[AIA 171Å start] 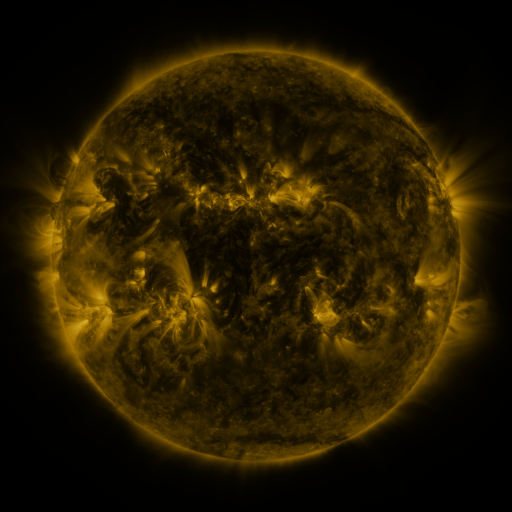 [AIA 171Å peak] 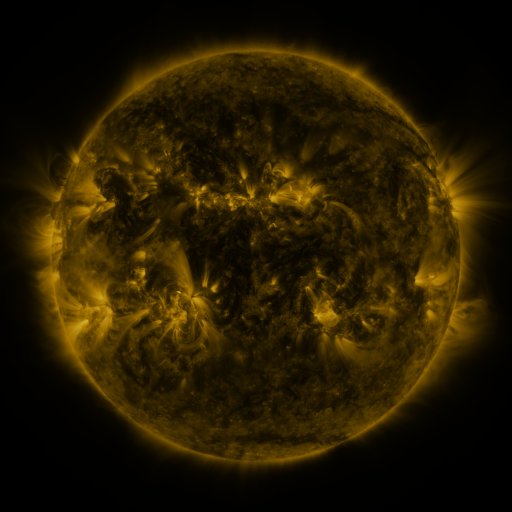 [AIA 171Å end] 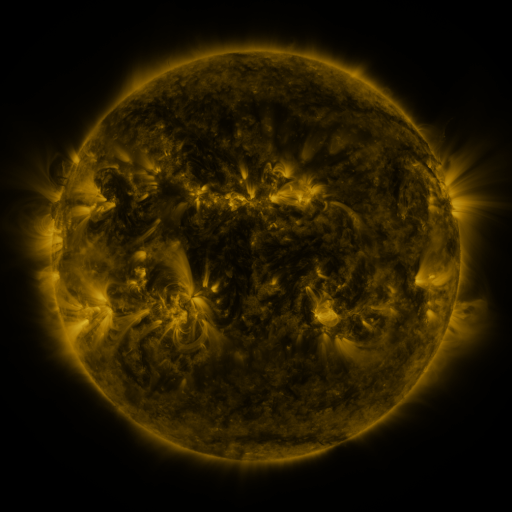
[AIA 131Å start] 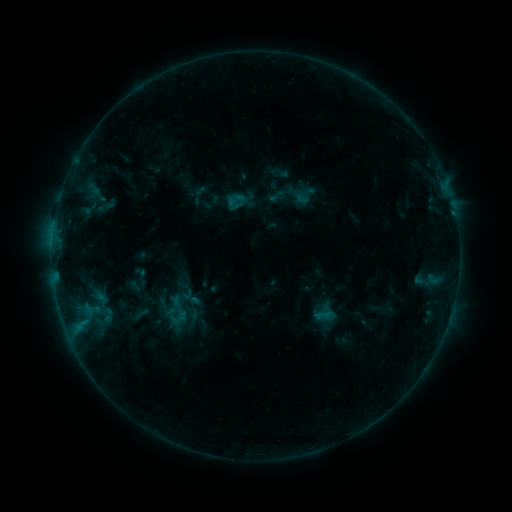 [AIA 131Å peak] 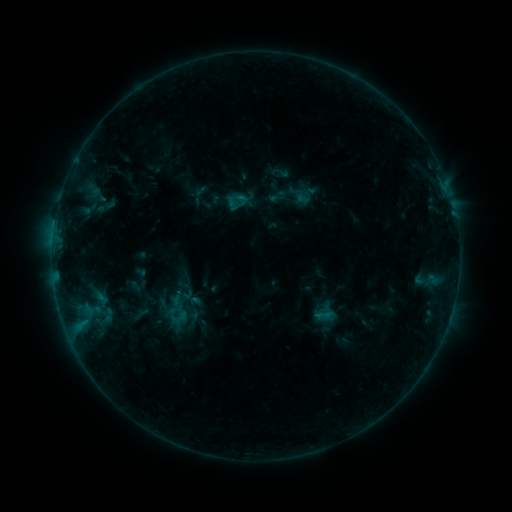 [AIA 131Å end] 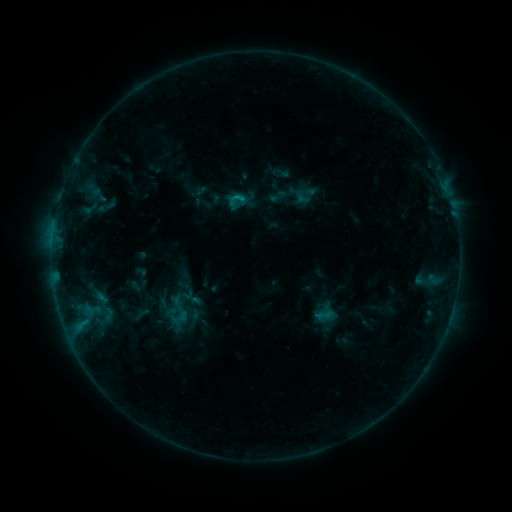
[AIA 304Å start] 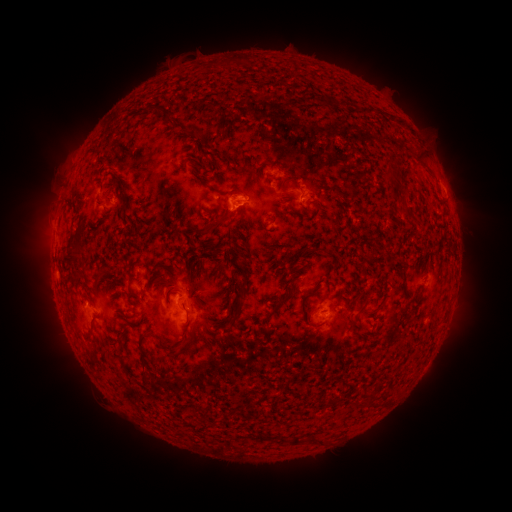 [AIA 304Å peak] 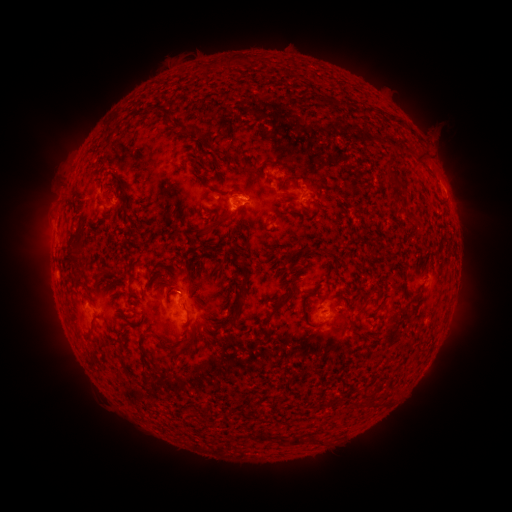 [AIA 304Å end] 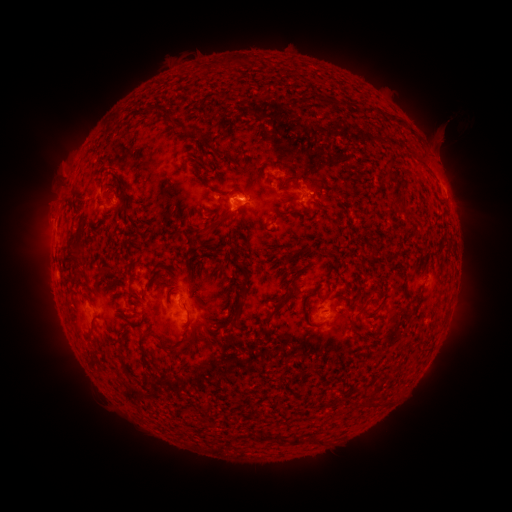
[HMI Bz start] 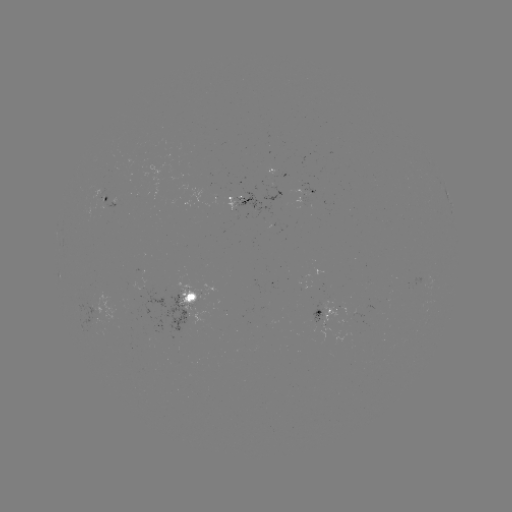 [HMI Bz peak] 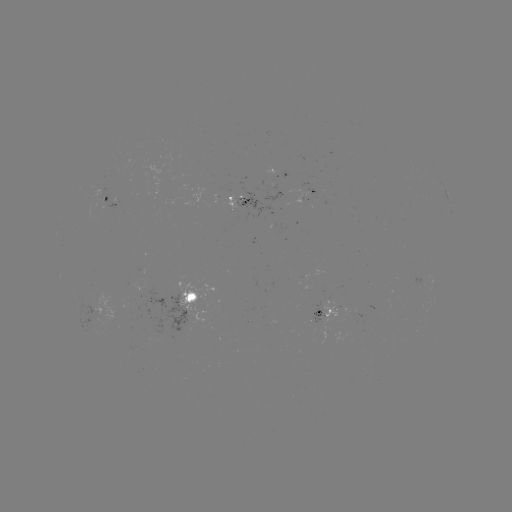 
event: eruption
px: (438, 143)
